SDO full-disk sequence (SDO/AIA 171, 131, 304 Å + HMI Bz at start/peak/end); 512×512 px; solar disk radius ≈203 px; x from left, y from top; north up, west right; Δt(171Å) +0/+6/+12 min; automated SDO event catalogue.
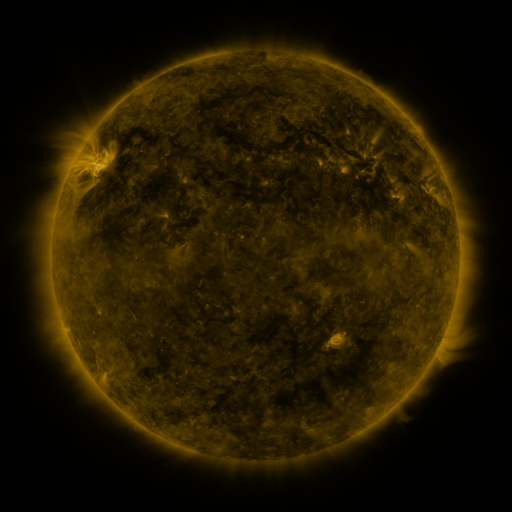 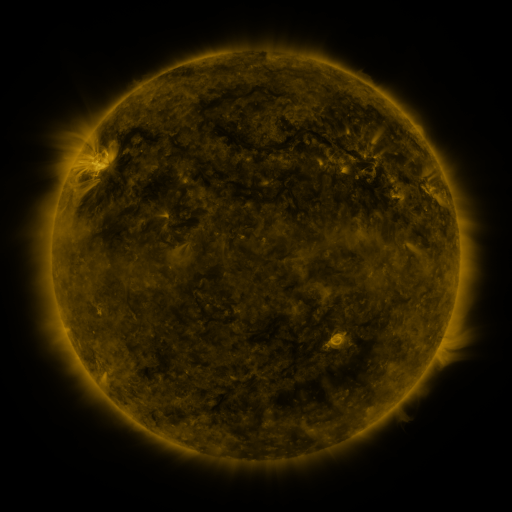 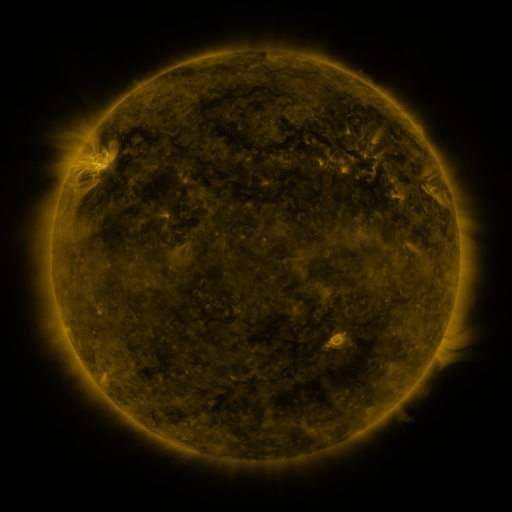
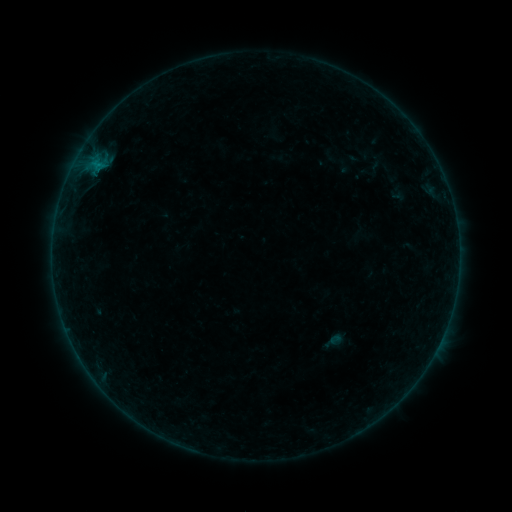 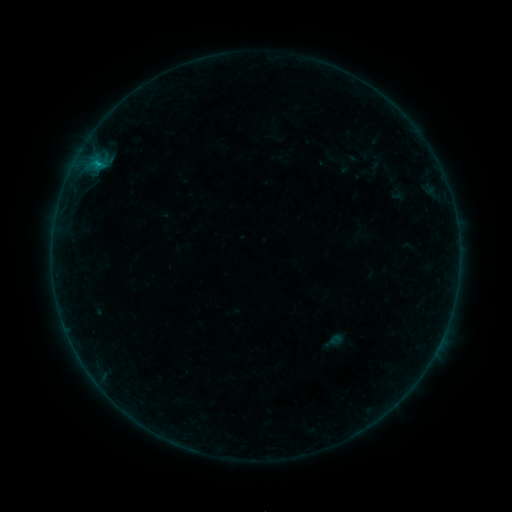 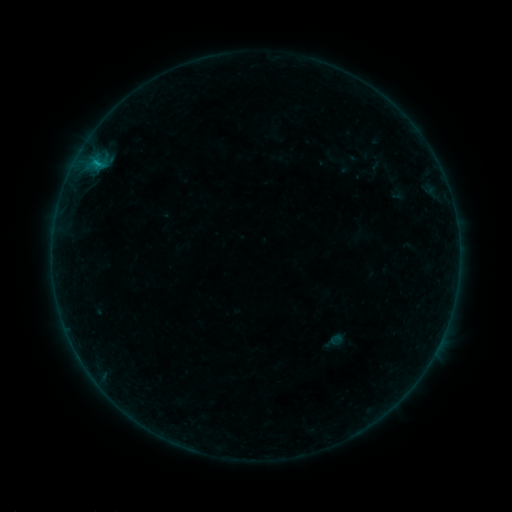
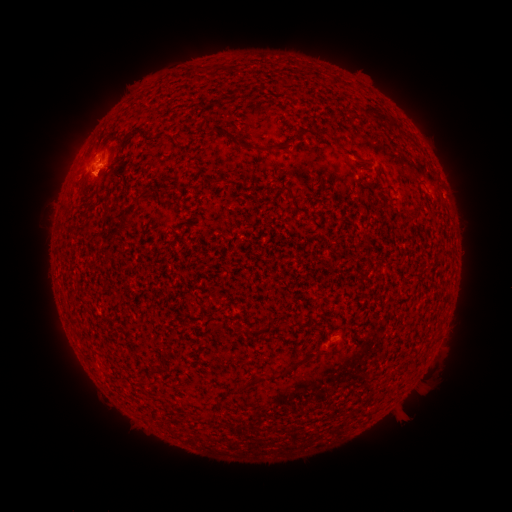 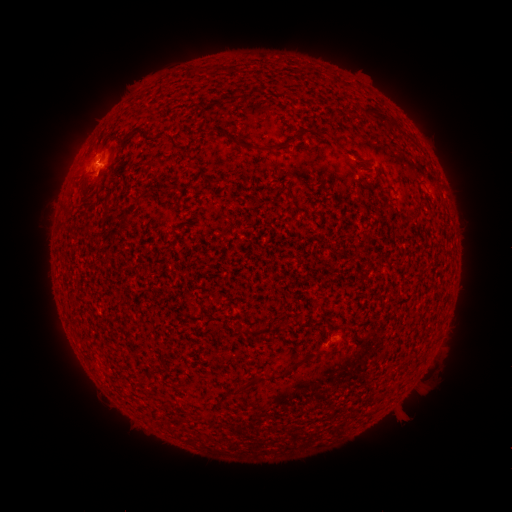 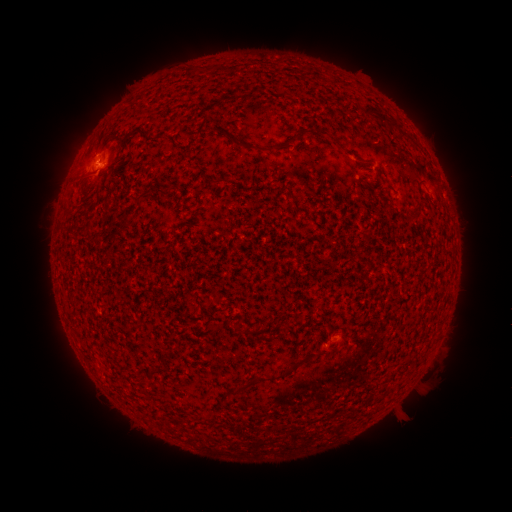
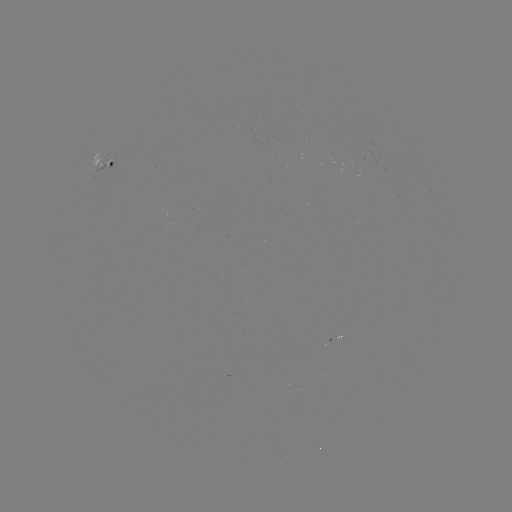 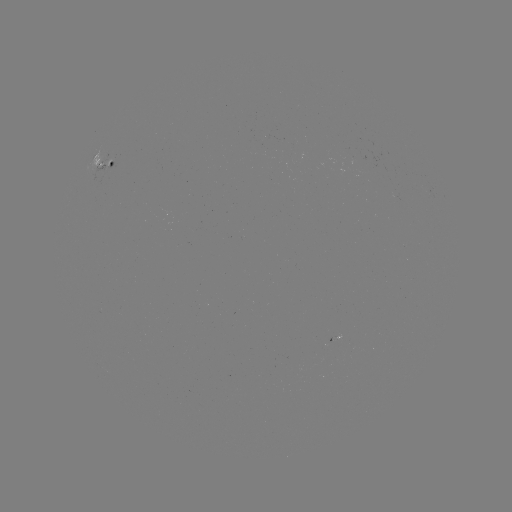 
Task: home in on B2.9 flare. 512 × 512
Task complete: [98, 165].